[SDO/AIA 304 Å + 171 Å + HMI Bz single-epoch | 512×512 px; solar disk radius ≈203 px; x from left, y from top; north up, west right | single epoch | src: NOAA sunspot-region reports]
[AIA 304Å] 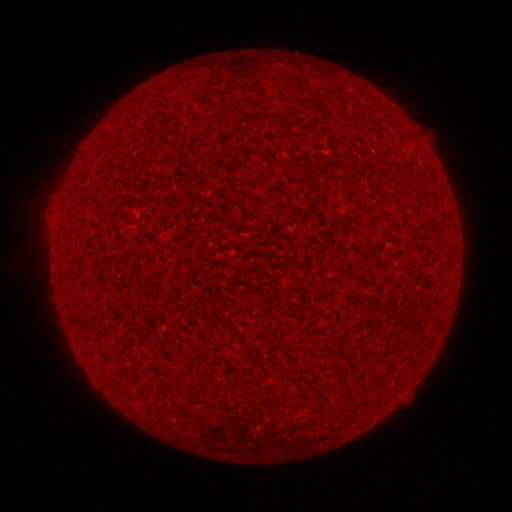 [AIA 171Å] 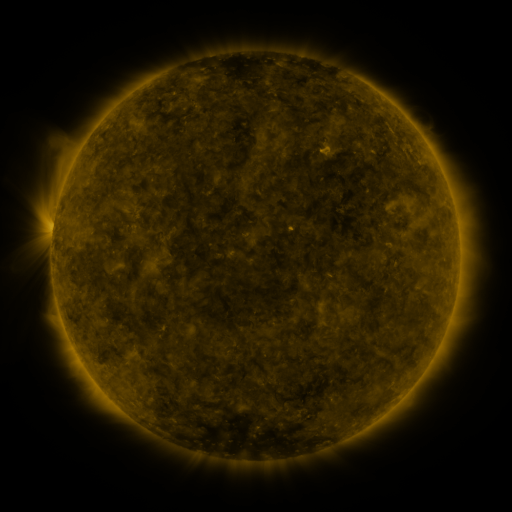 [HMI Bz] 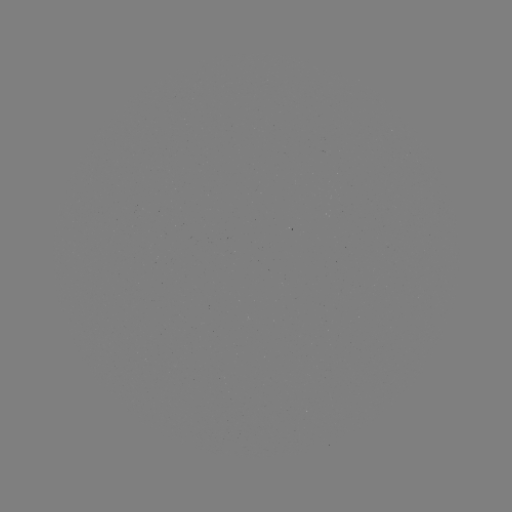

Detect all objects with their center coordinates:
(none)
